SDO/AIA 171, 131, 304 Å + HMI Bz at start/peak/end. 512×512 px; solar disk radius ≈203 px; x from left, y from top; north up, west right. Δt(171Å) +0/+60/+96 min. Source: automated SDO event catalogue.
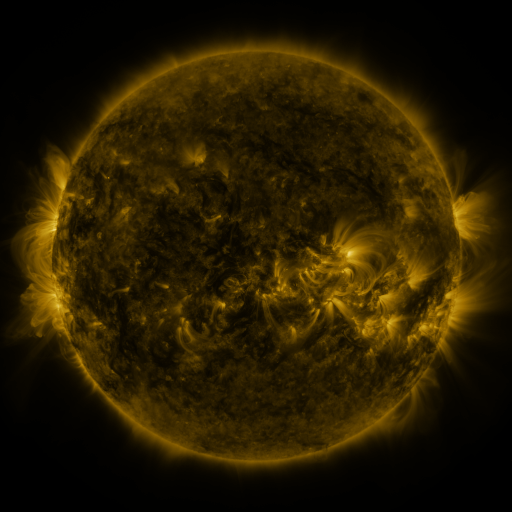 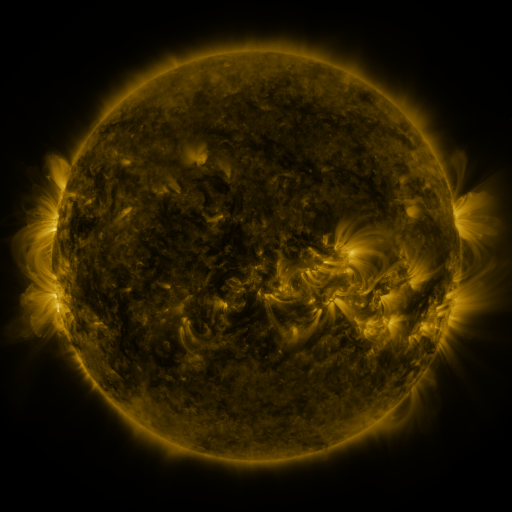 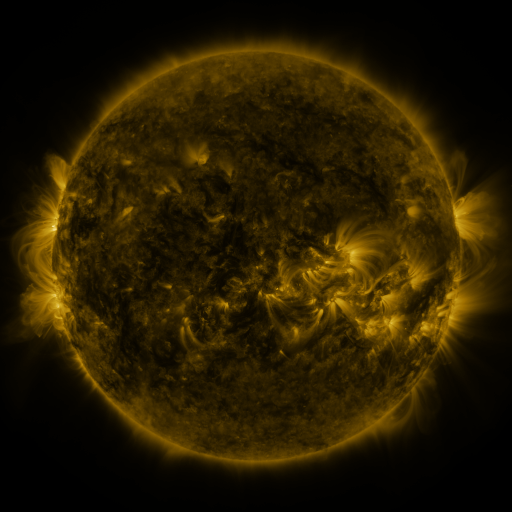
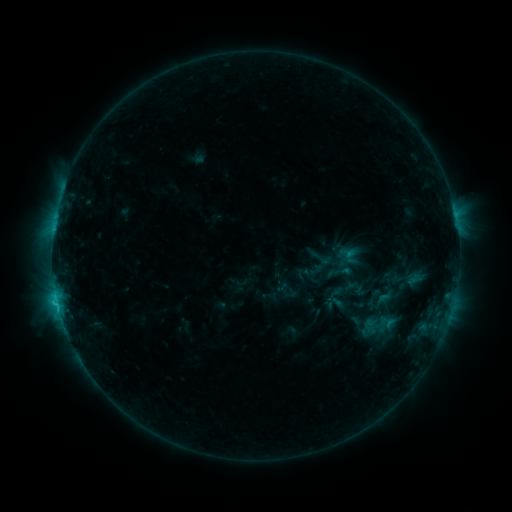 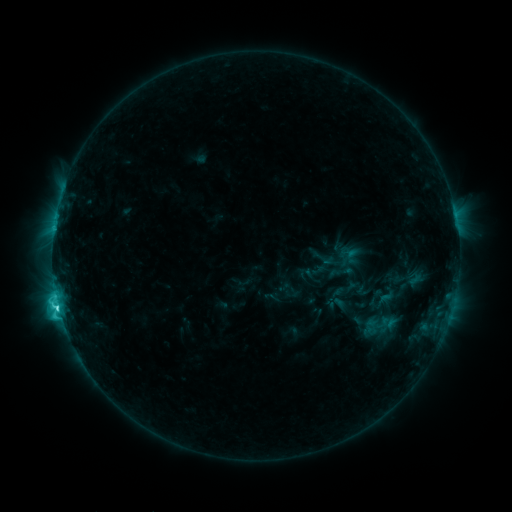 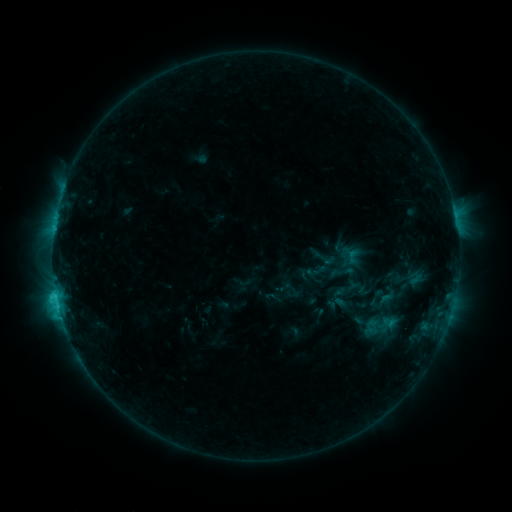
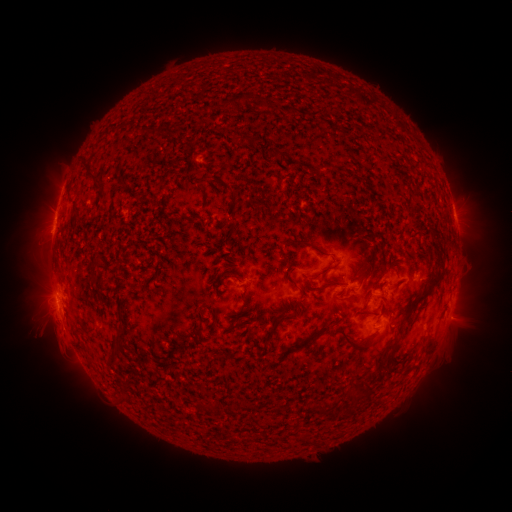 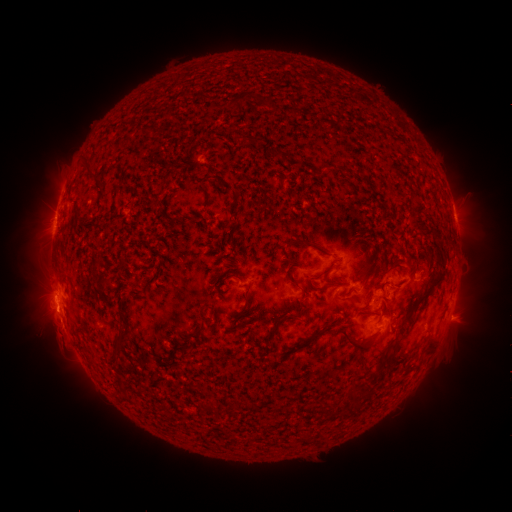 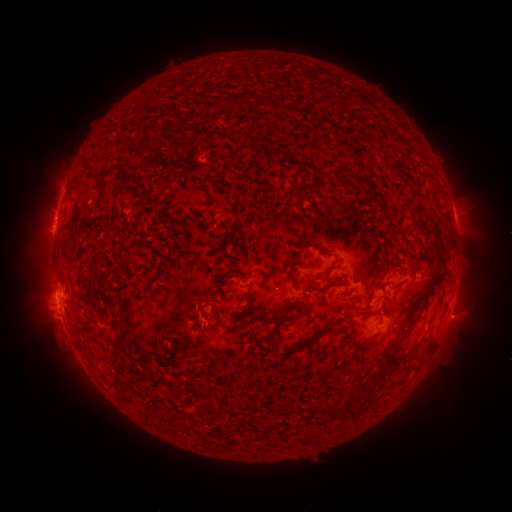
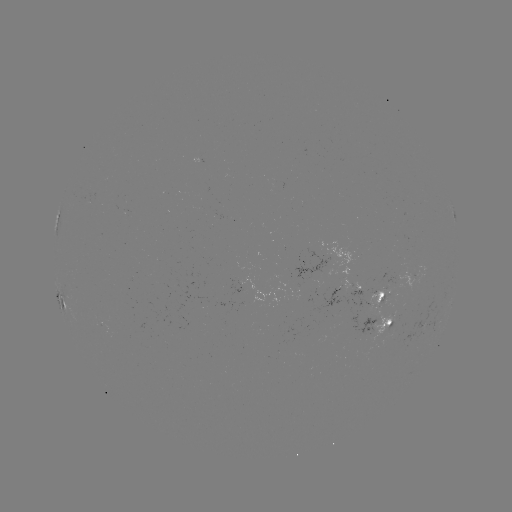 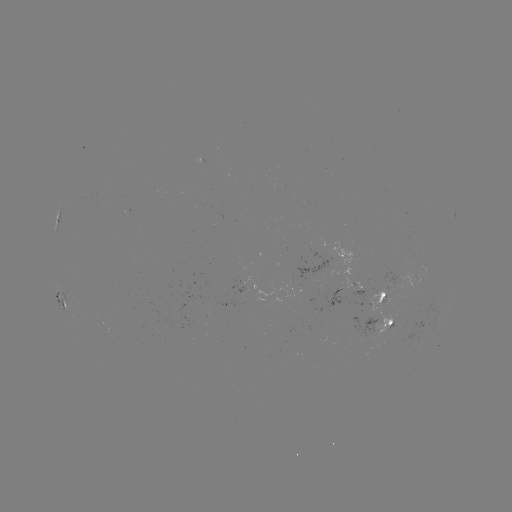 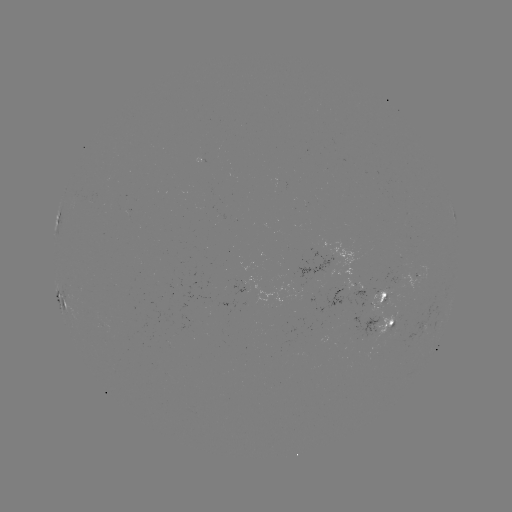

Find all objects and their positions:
emerging-flux region: (391, 298)
